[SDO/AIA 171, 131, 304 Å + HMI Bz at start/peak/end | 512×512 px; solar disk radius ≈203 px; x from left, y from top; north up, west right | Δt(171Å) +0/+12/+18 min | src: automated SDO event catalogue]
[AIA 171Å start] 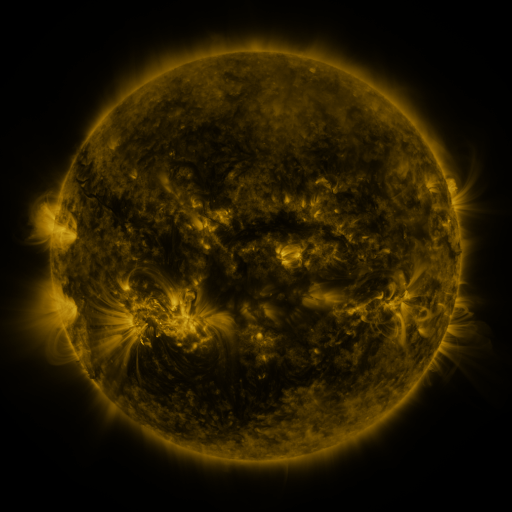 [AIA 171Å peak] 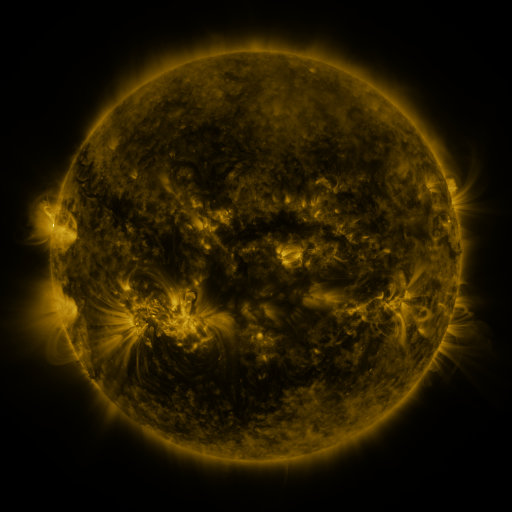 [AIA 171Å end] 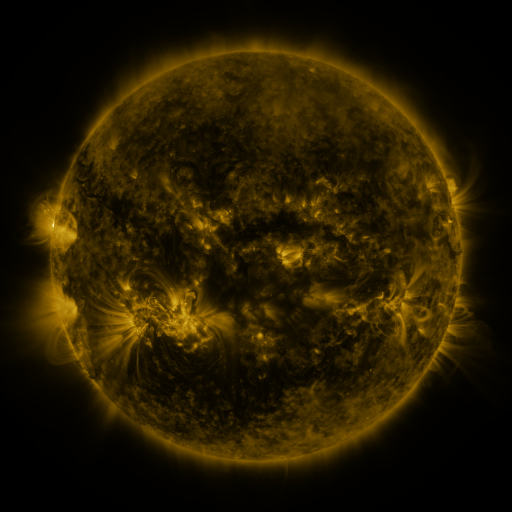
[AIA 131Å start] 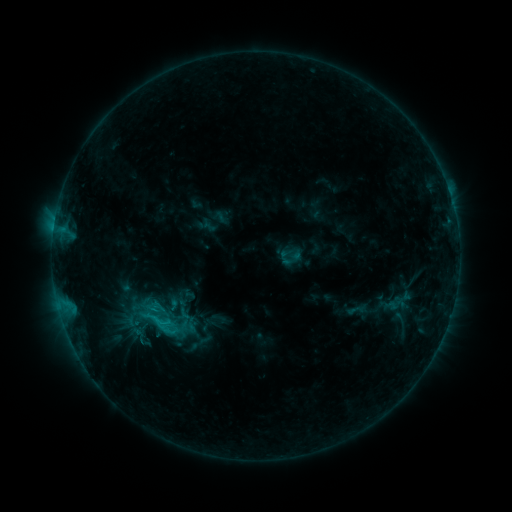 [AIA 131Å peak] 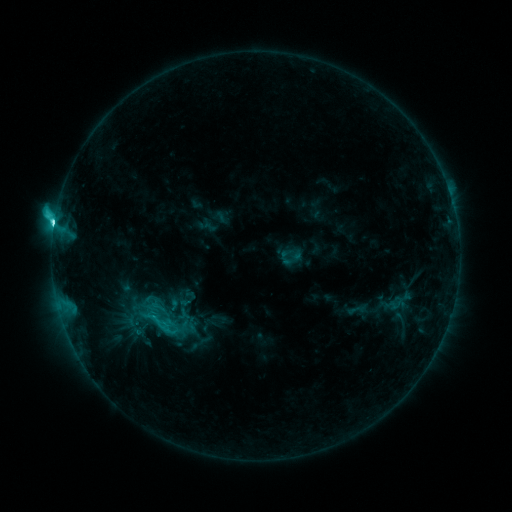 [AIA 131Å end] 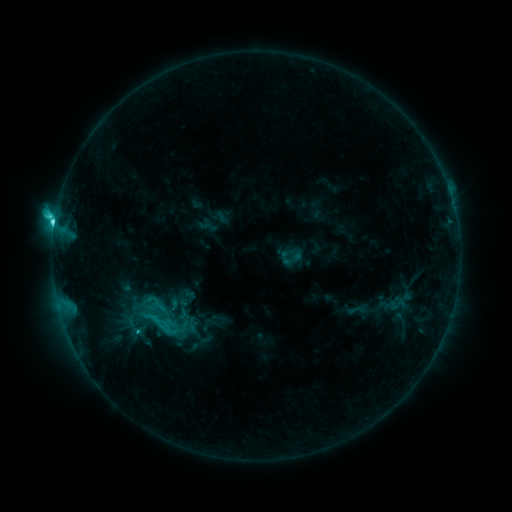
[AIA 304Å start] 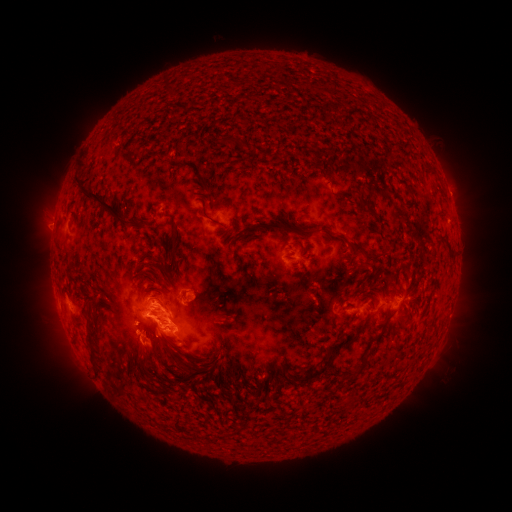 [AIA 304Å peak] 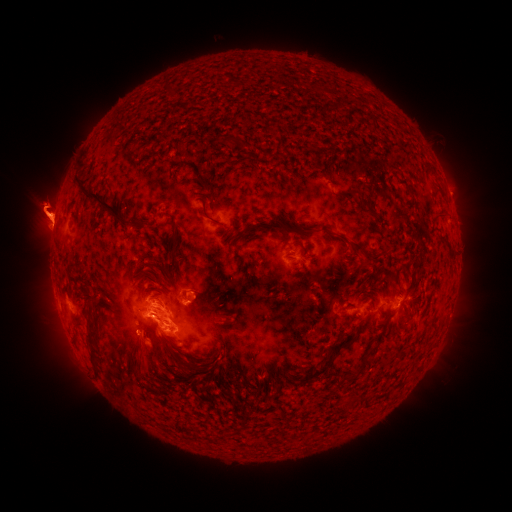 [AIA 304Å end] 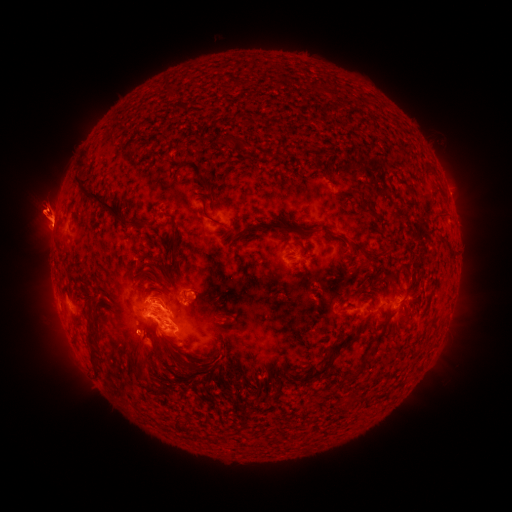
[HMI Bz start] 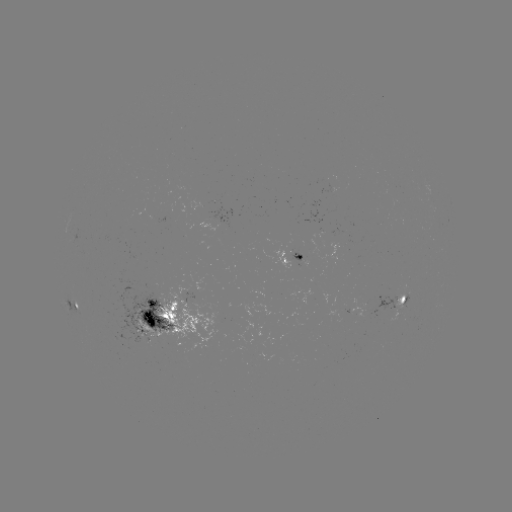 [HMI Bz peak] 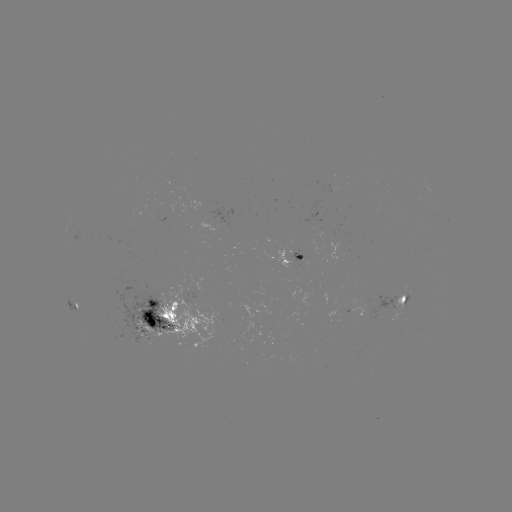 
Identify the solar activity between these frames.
C6.3 flare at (54, 228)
